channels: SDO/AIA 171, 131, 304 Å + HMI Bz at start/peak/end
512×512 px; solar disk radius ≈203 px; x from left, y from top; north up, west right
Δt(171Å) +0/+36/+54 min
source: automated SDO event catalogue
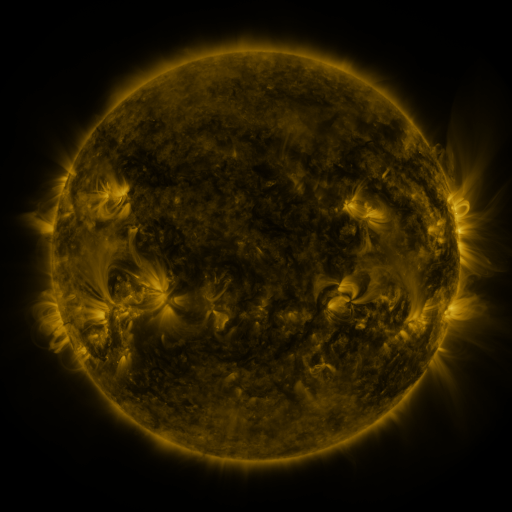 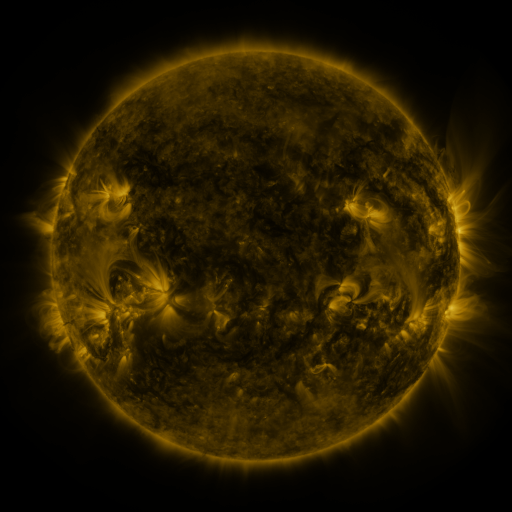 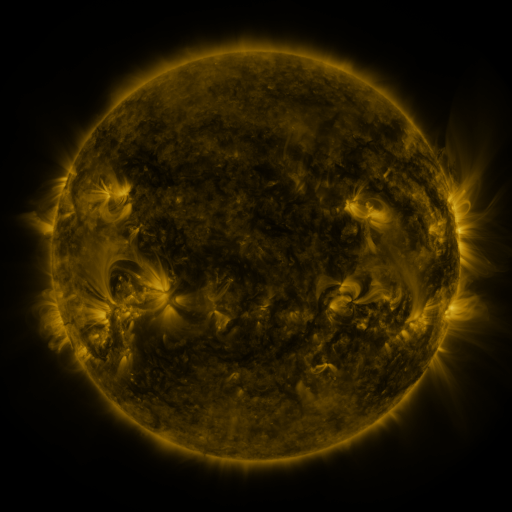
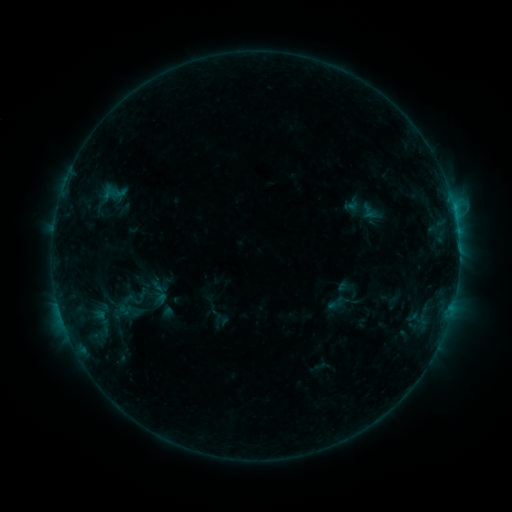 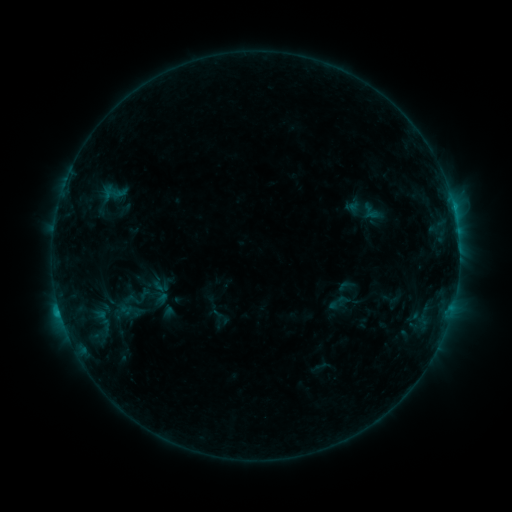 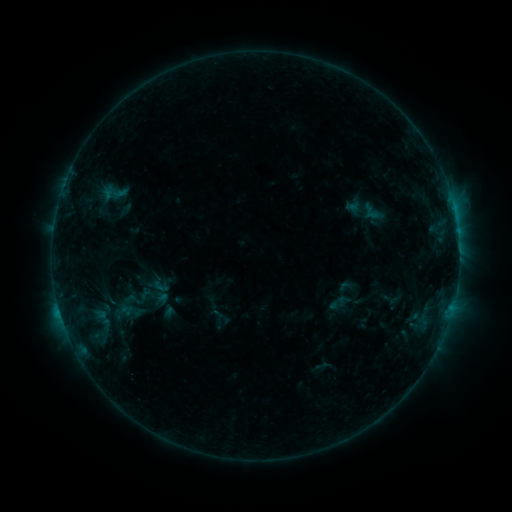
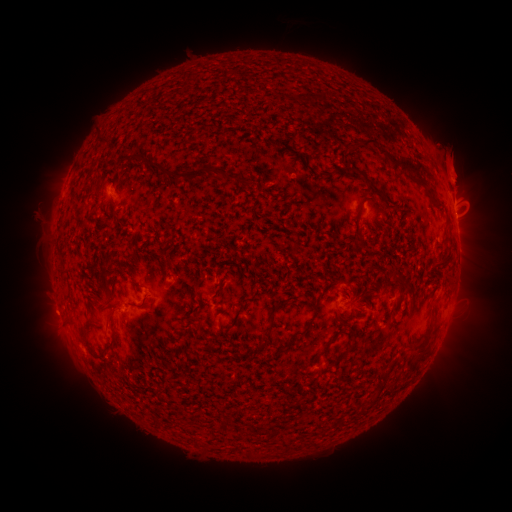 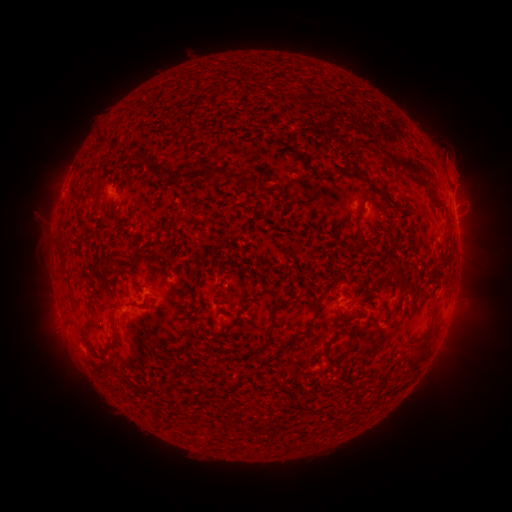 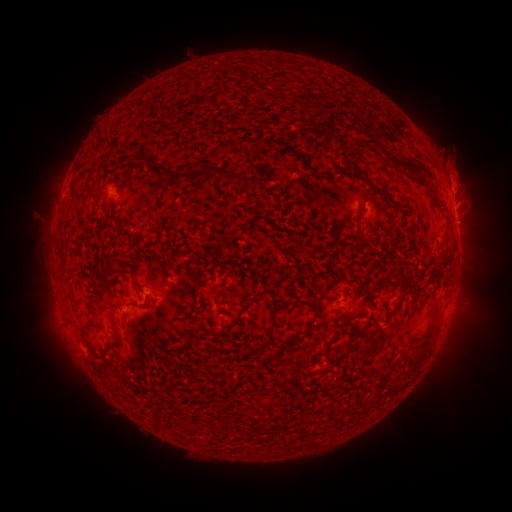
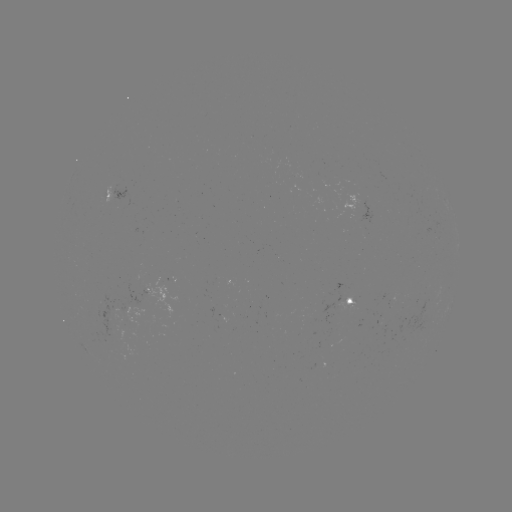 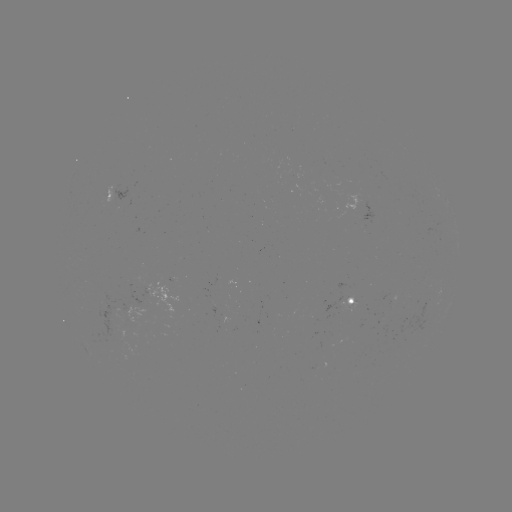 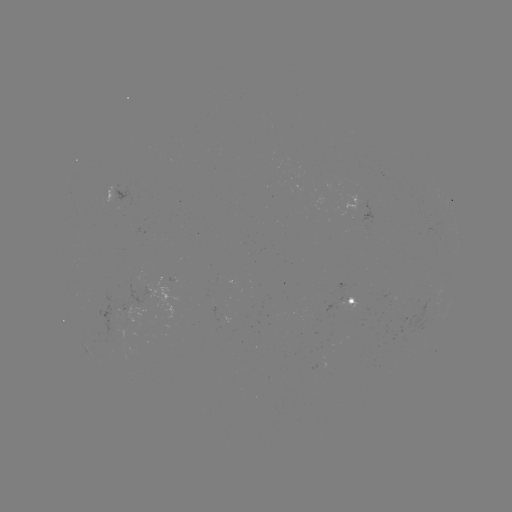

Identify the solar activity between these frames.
C1.1 flare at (60, 312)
